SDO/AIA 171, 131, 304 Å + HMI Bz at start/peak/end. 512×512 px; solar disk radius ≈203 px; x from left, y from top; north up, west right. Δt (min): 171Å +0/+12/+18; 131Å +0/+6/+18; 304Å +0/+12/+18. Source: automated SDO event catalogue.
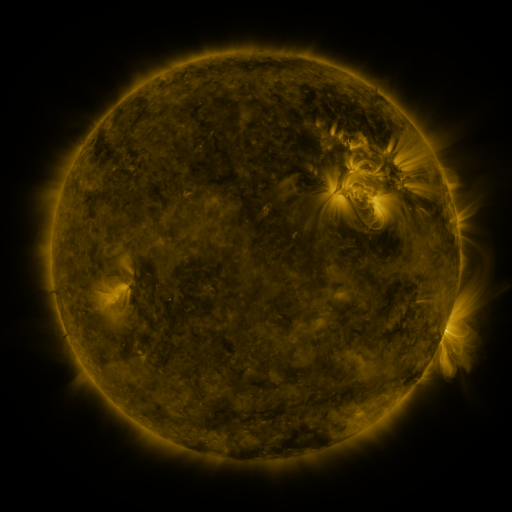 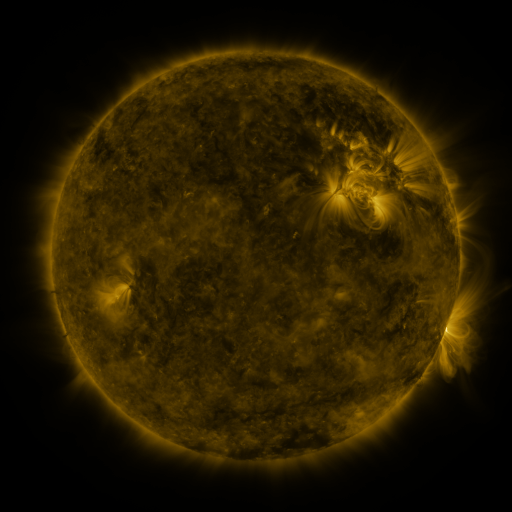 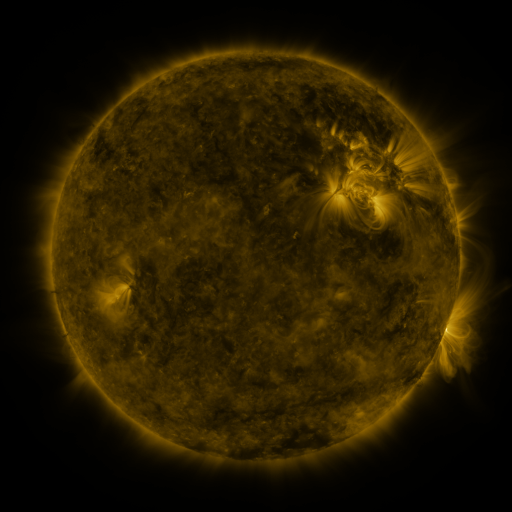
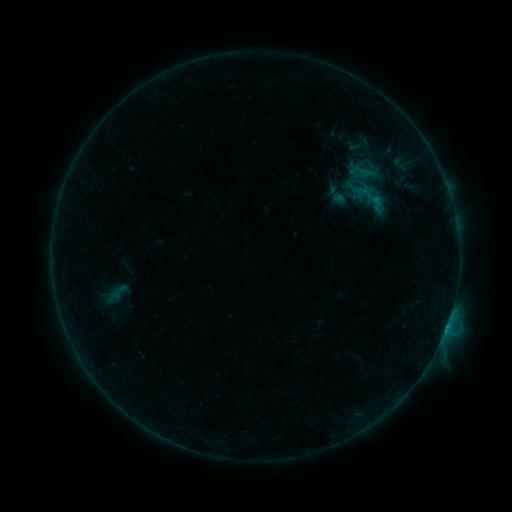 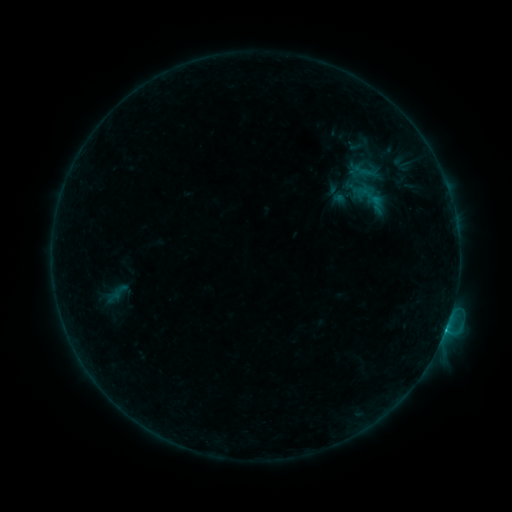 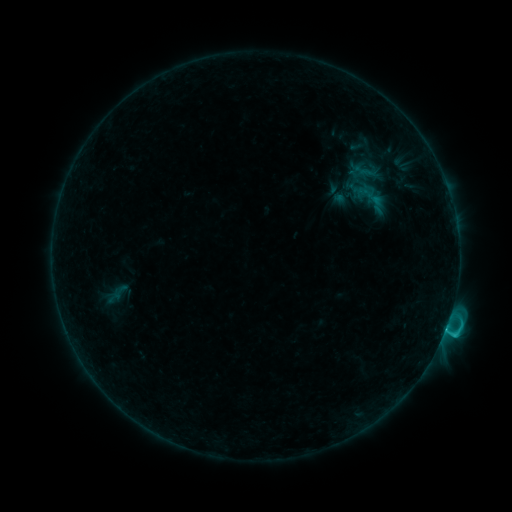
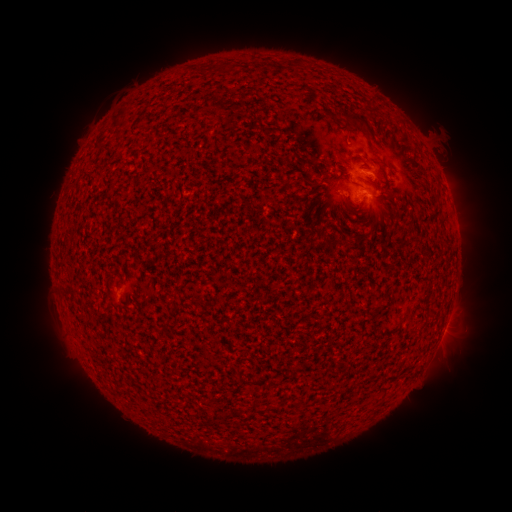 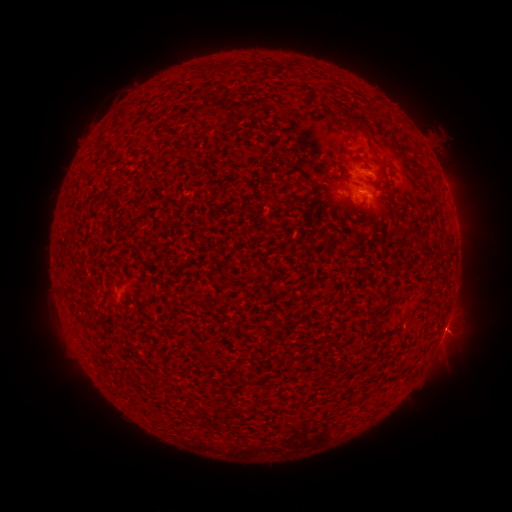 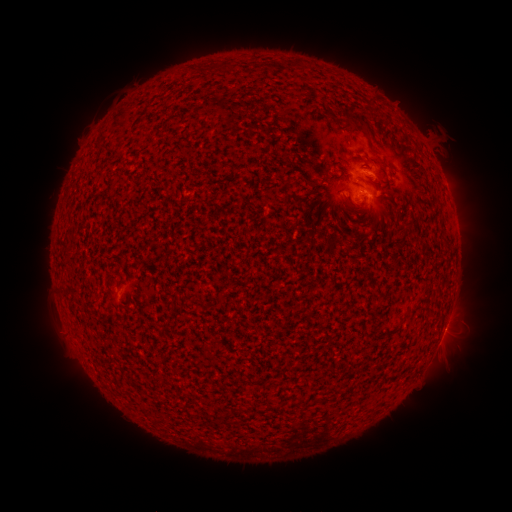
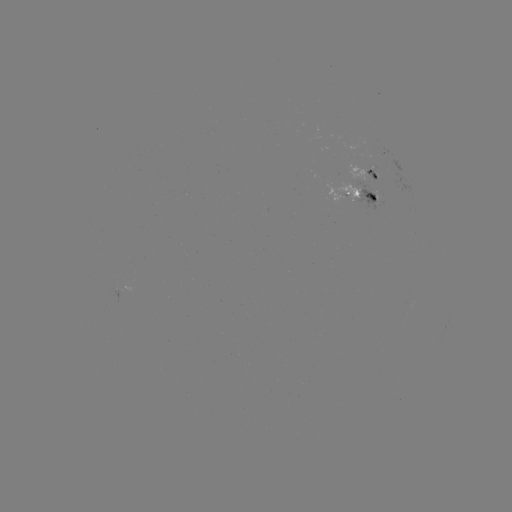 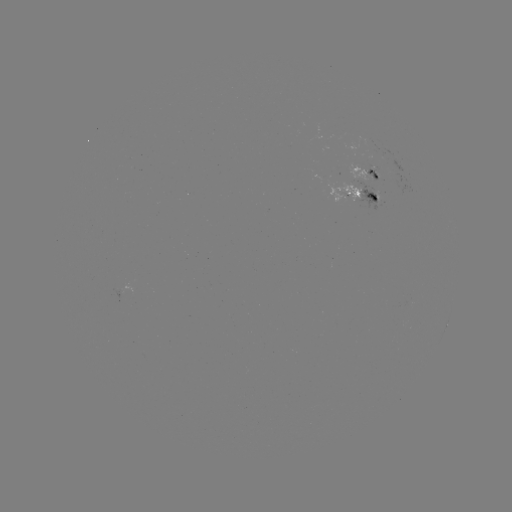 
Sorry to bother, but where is C4.3 flare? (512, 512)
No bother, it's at [446, 323].